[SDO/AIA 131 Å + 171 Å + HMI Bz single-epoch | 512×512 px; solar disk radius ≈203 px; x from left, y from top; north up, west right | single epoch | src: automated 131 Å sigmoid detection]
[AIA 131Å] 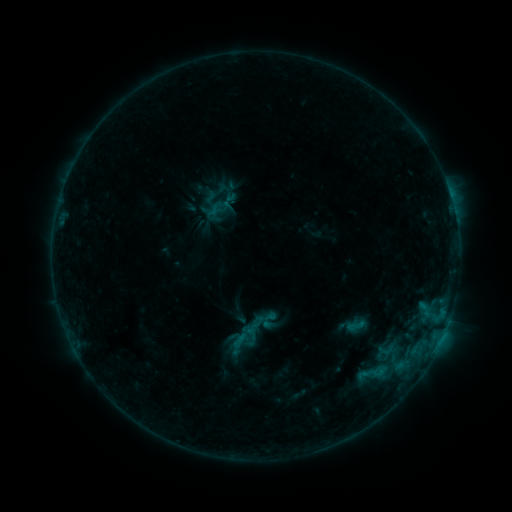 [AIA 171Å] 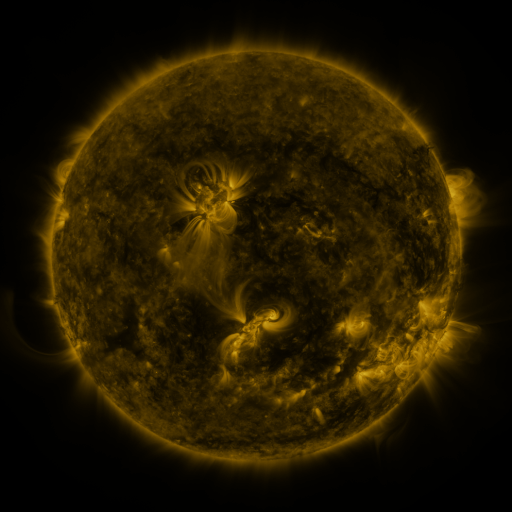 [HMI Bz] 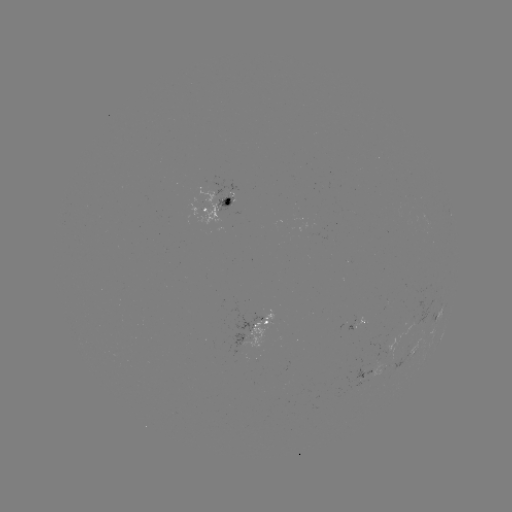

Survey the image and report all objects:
sigmoid: (267, 318)
